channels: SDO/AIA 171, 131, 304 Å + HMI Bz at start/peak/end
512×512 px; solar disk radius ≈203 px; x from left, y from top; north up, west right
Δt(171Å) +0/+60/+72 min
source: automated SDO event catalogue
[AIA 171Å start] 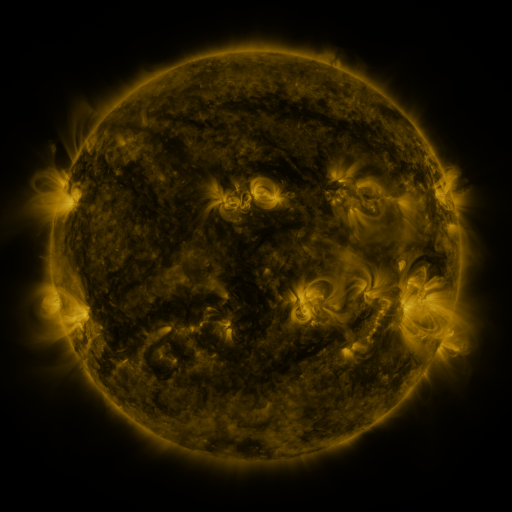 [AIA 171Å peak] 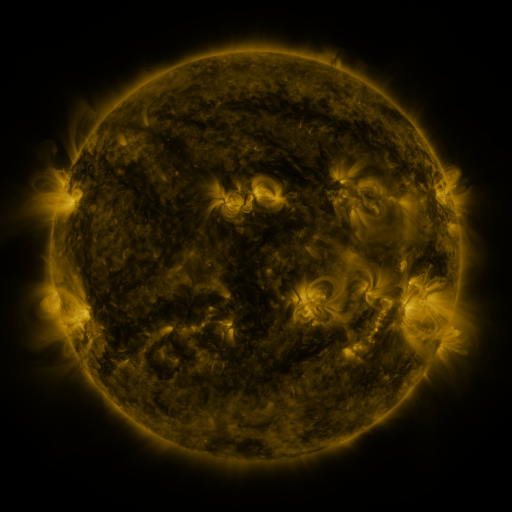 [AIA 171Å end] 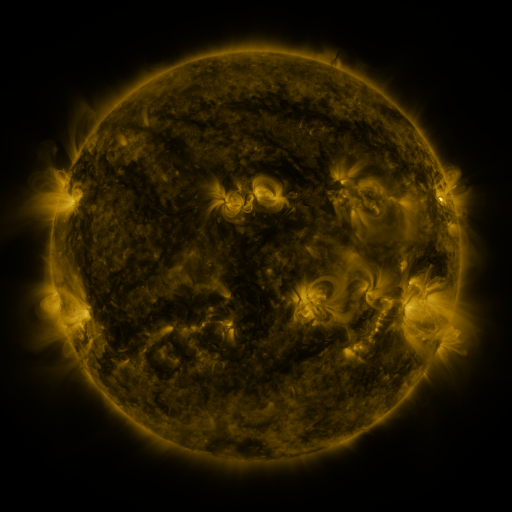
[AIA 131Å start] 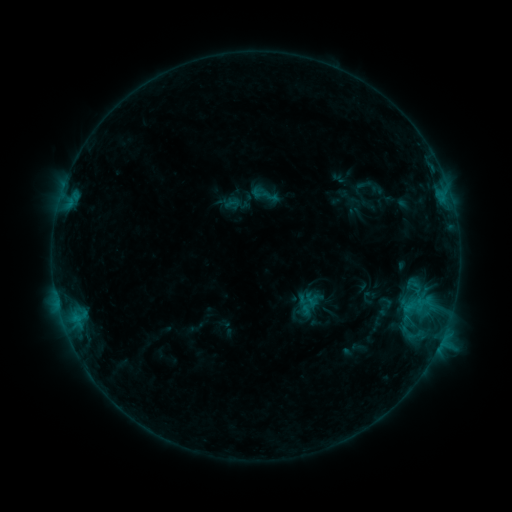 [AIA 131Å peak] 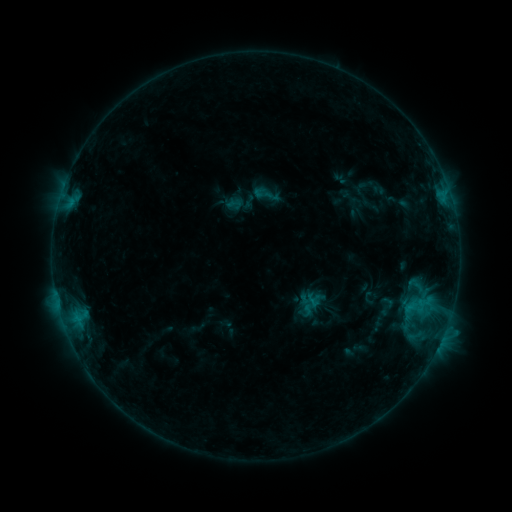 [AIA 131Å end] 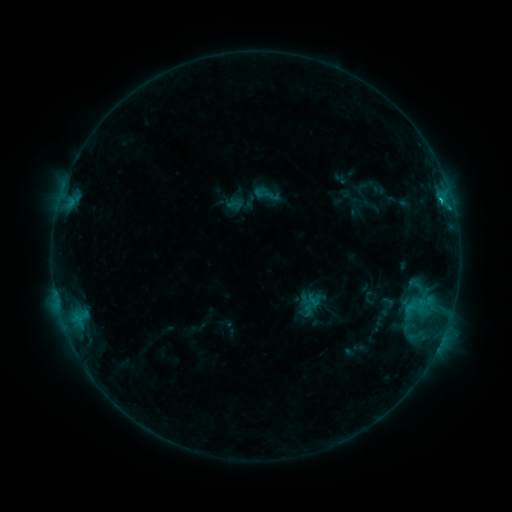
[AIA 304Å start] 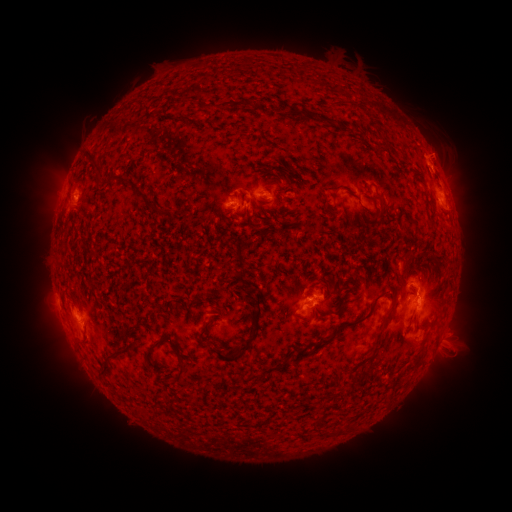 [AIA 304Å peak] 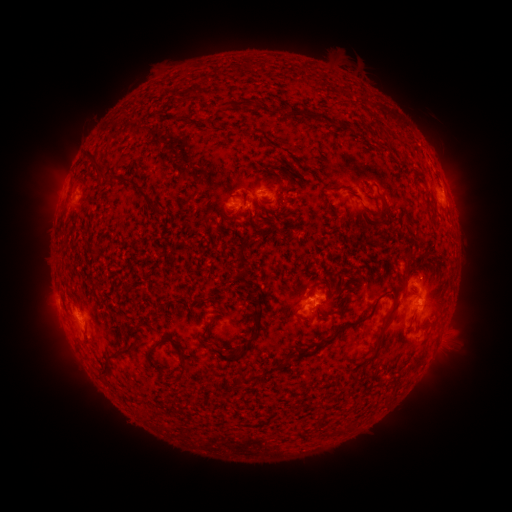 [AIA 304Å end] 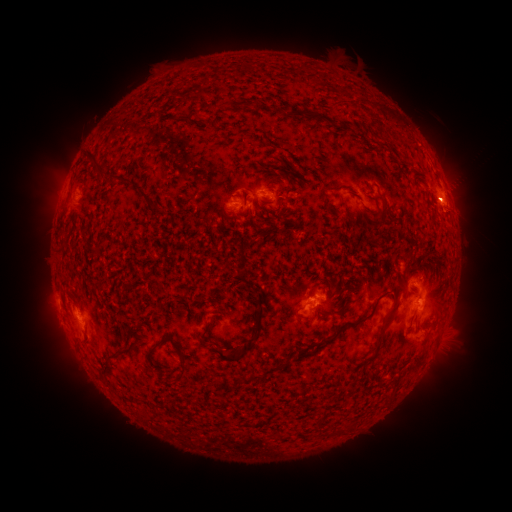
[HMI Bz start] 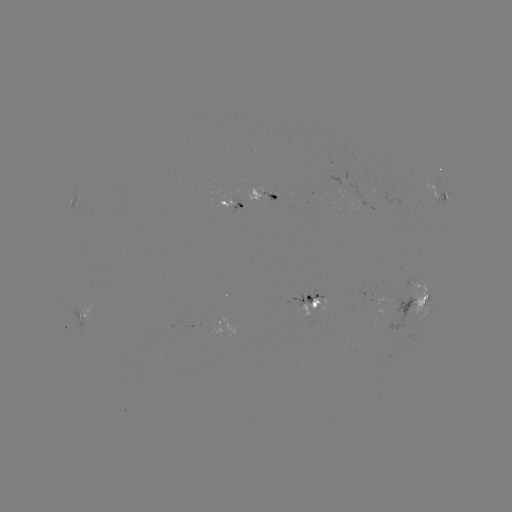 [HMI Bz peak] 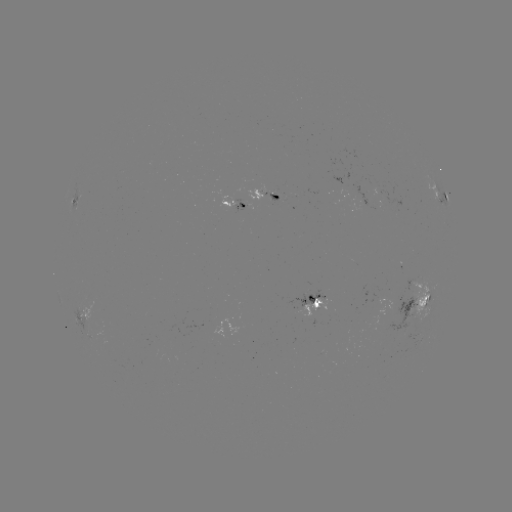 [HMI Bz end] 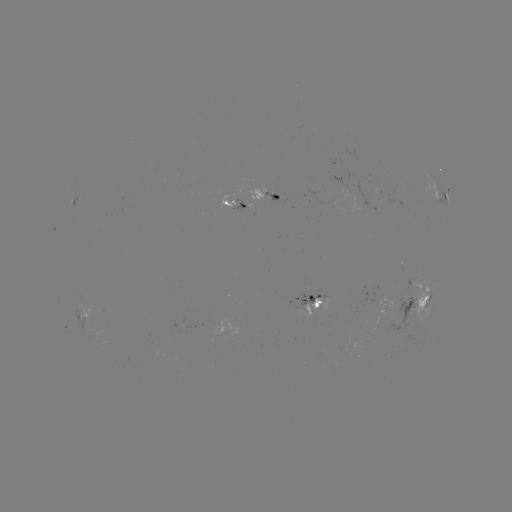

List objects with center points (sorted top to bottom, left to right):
emerging-flux region: (258, 193)
